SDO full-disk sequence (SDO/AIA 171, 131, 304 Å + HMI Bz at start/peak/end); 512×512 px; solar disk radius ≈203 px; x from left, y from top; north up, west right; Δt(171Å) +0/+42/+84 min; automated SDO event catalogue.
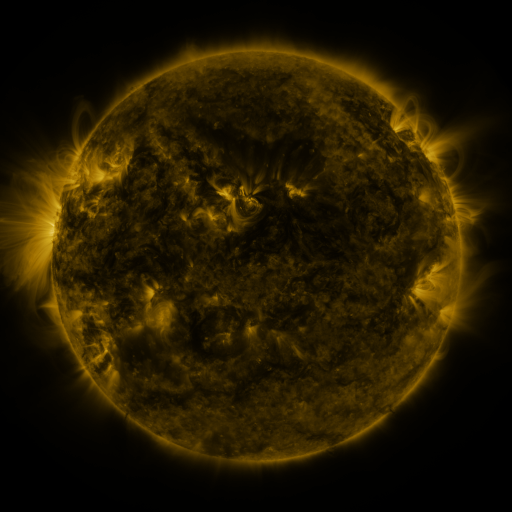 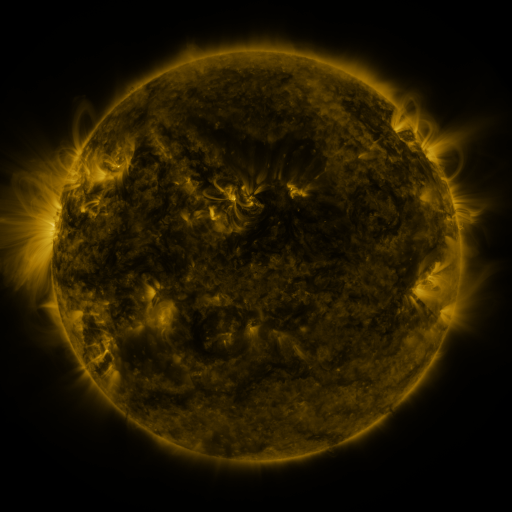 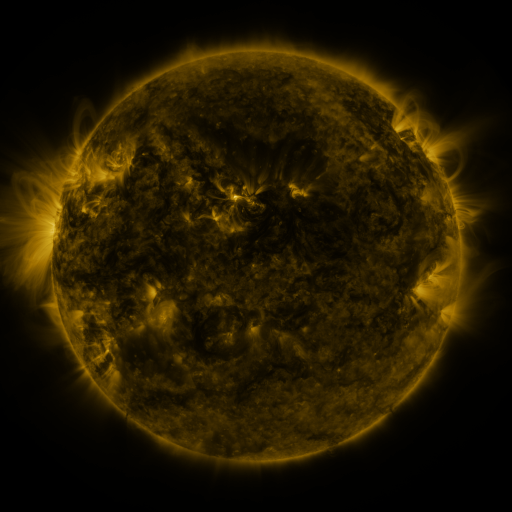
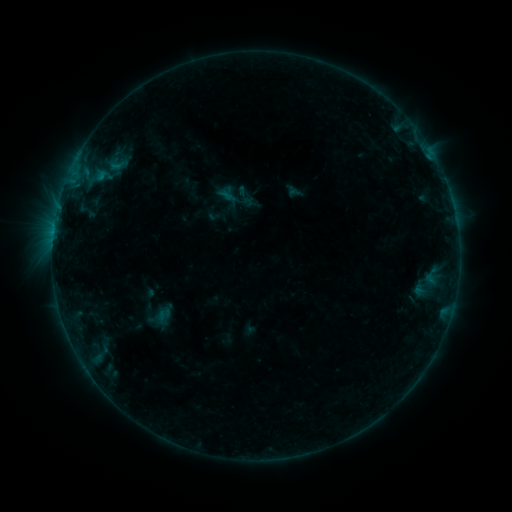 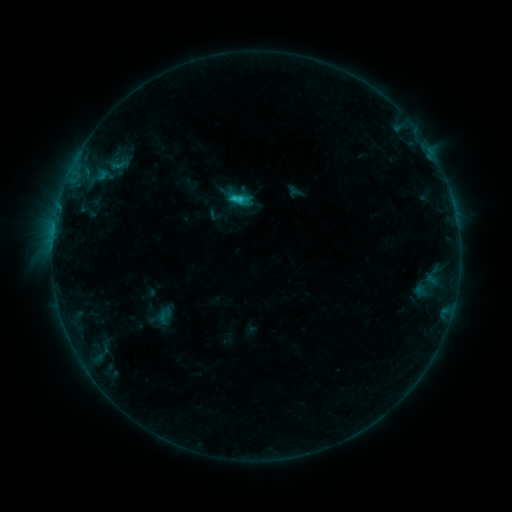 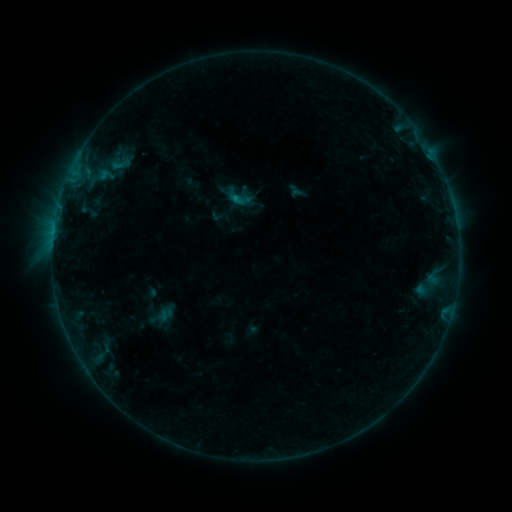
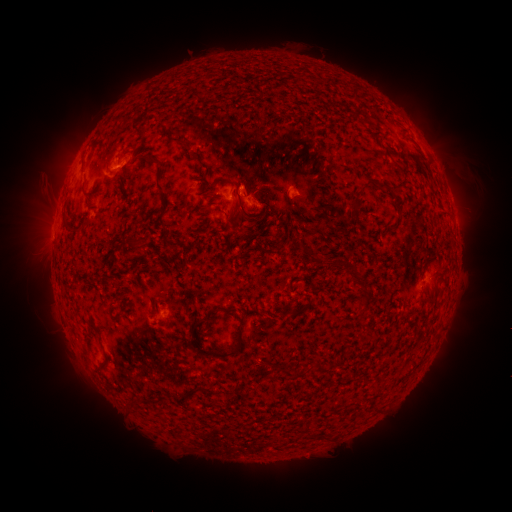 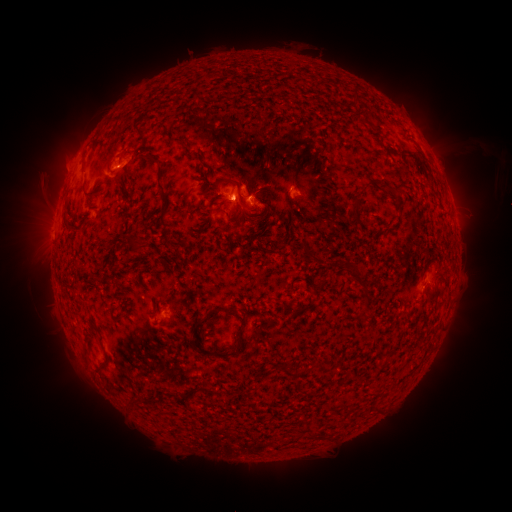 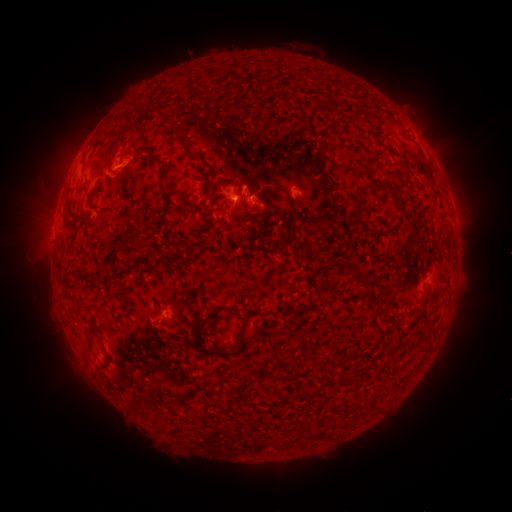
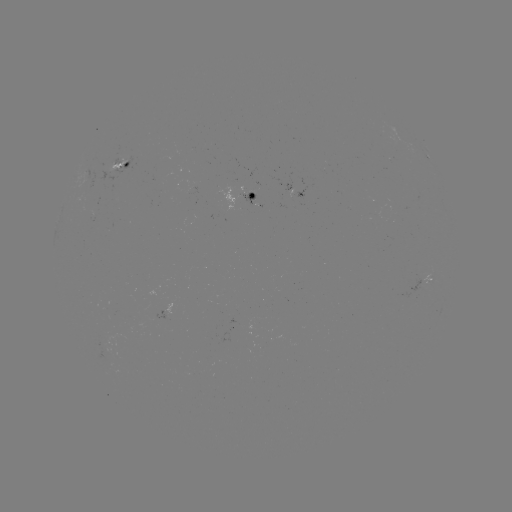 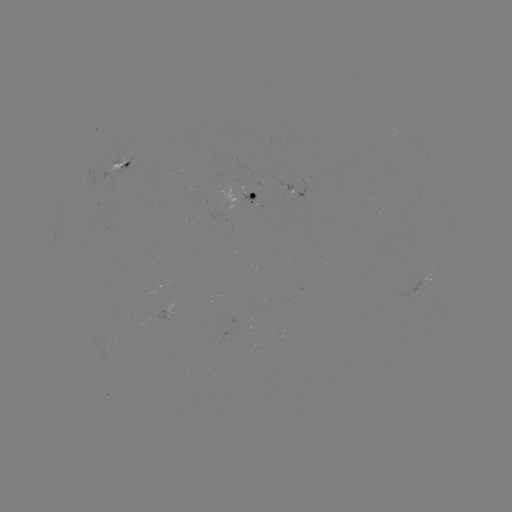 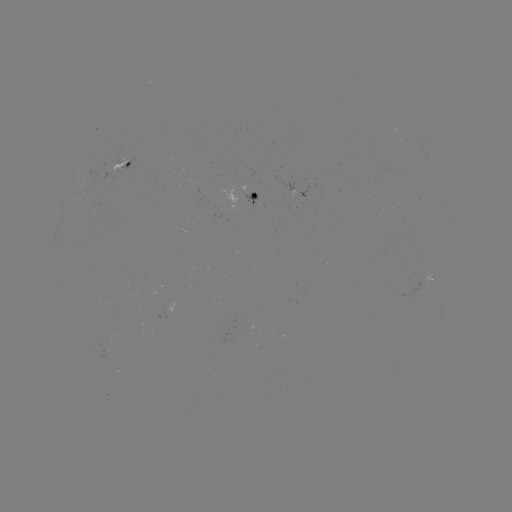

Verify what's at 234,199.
C1.5 flare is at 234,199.